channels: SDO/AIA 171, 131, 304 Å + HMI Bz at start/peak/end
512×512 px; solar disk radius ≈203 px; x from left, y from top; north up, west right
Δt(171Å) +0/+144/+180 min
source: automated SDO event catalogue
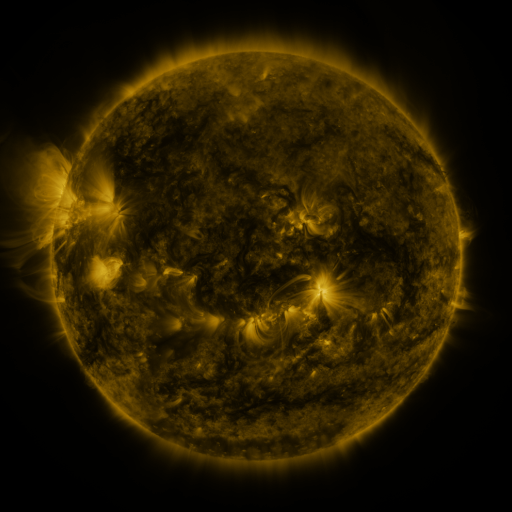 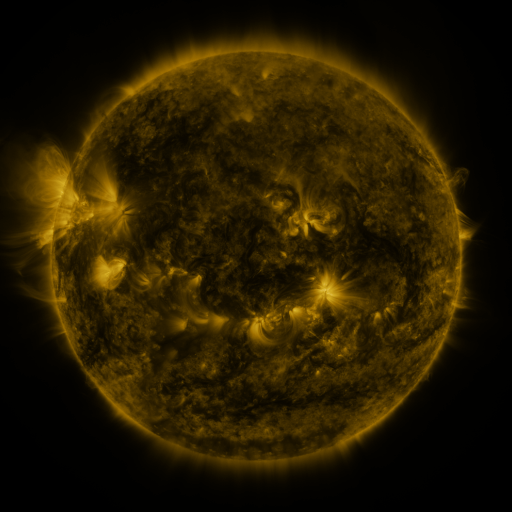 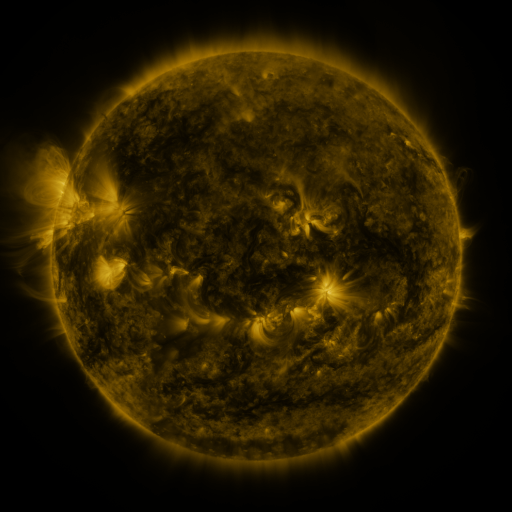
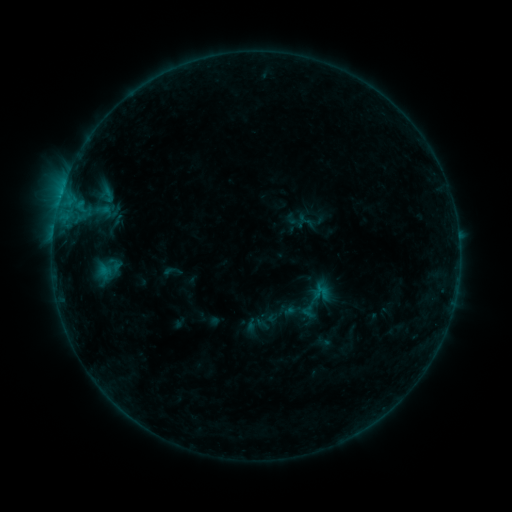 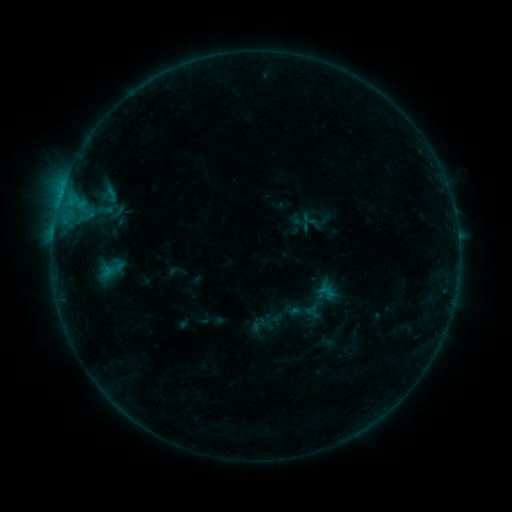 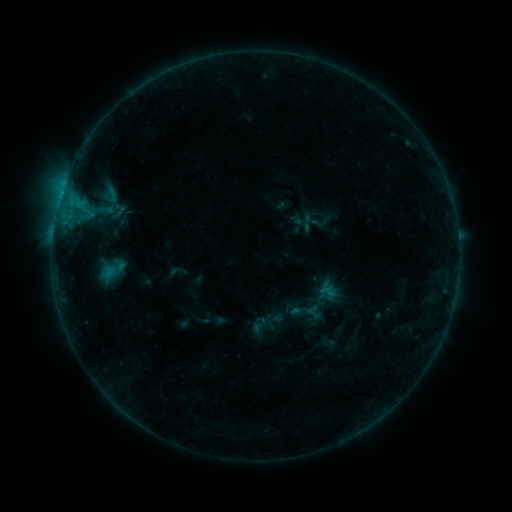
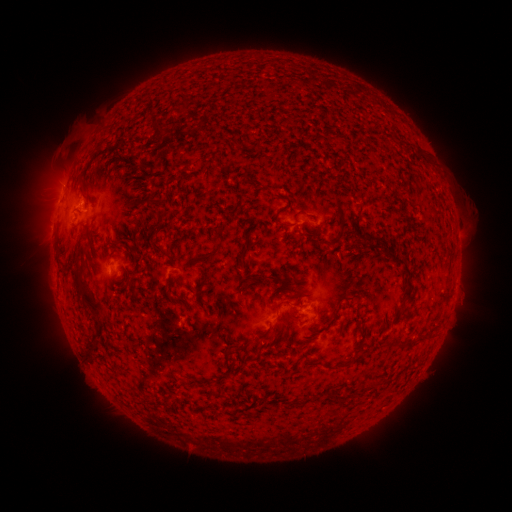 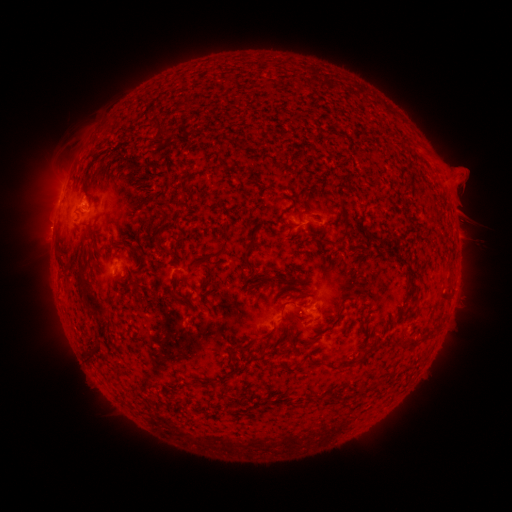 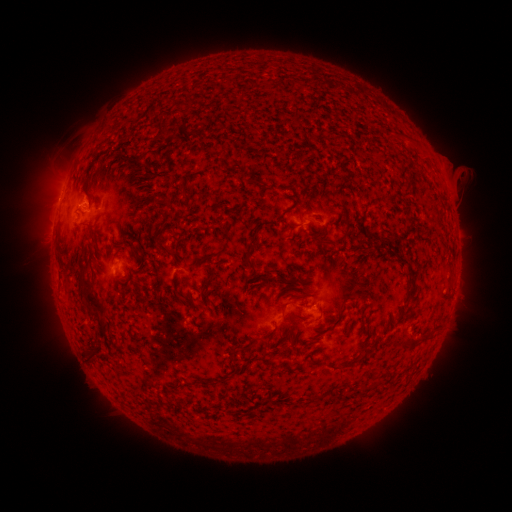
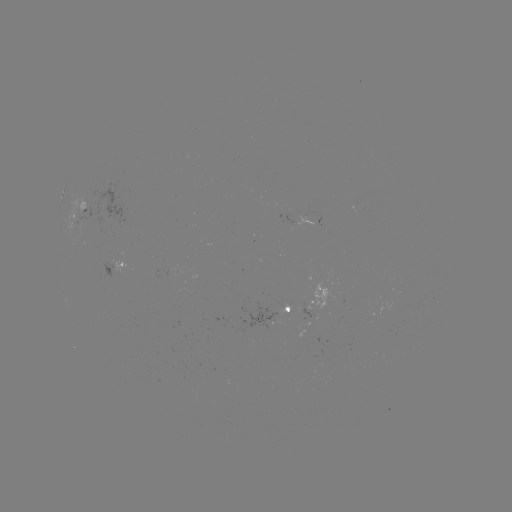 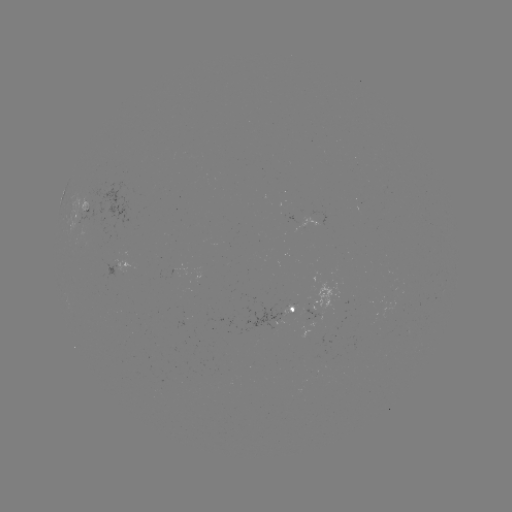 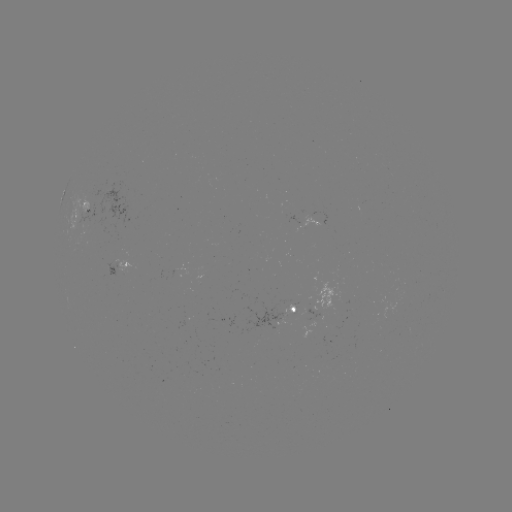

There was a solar emerging-flux region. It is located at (269, 321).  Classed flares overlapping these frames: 1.